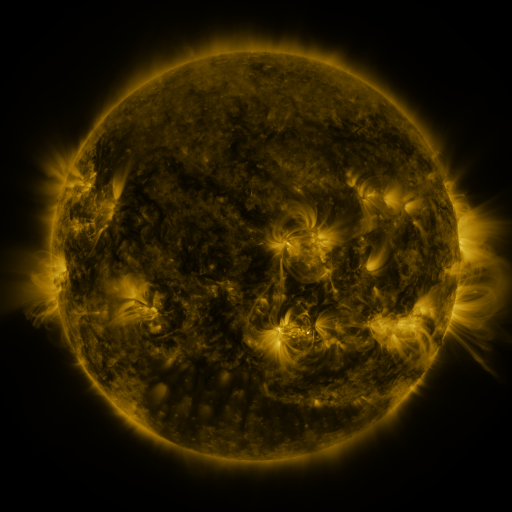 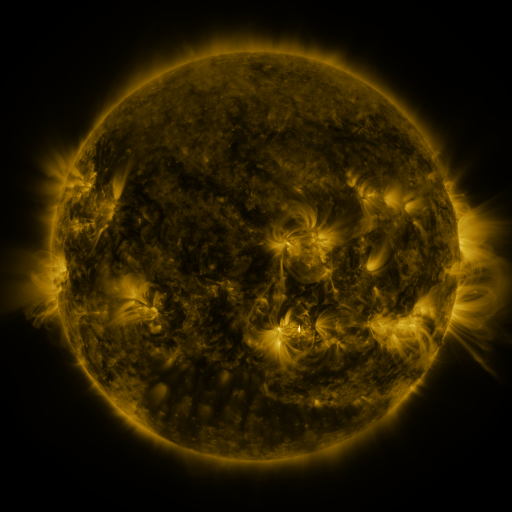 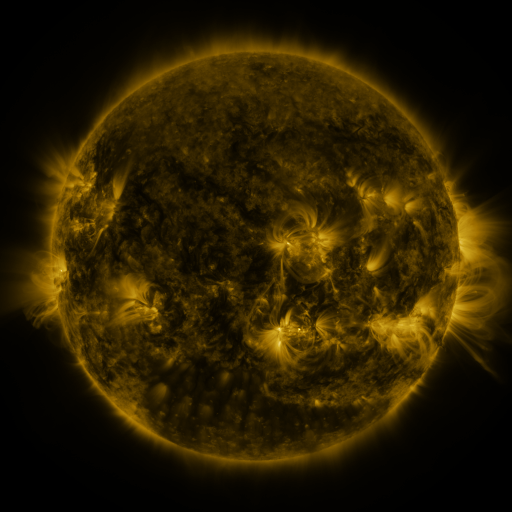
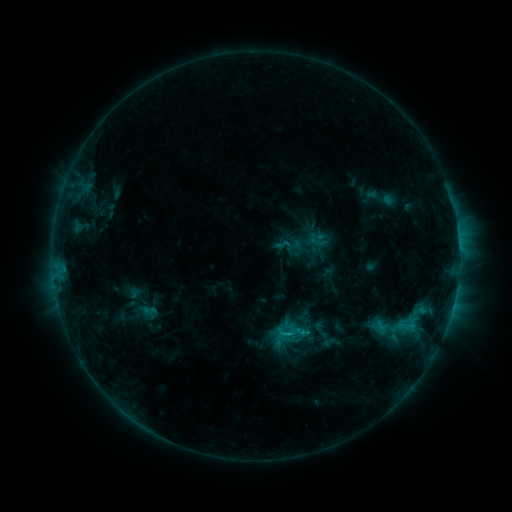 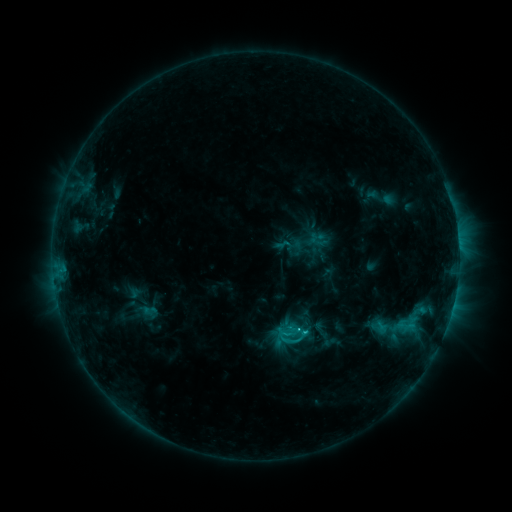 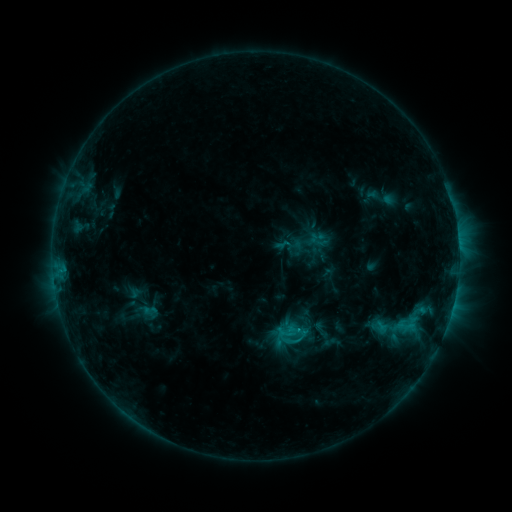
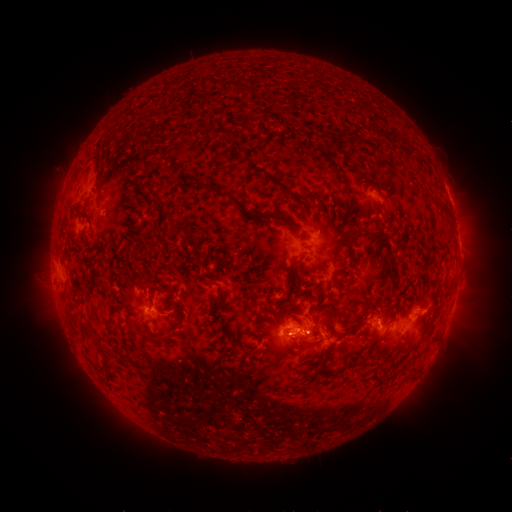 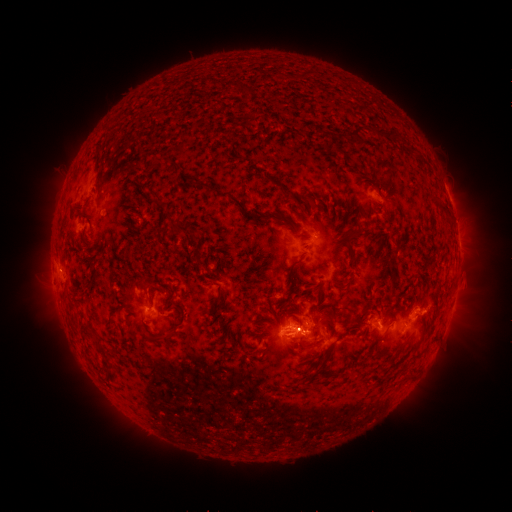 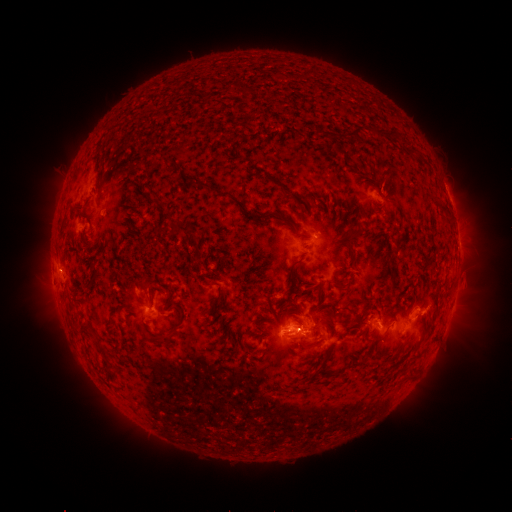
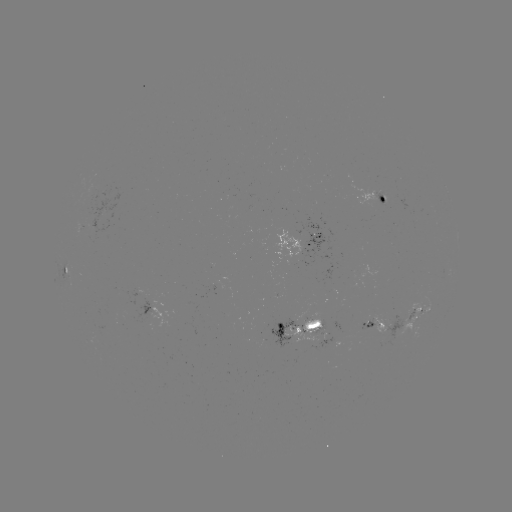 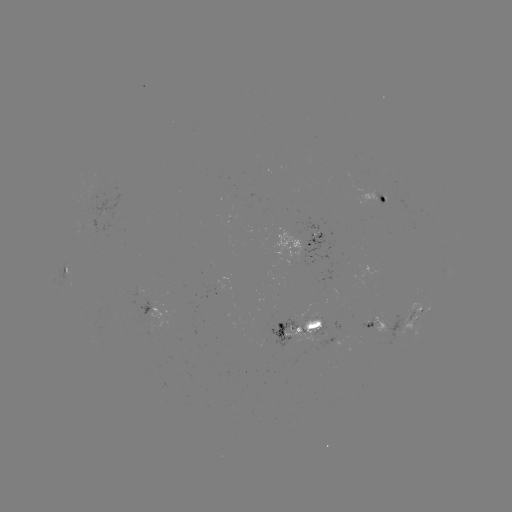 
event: flare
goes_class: C1.5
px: (305, 331)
